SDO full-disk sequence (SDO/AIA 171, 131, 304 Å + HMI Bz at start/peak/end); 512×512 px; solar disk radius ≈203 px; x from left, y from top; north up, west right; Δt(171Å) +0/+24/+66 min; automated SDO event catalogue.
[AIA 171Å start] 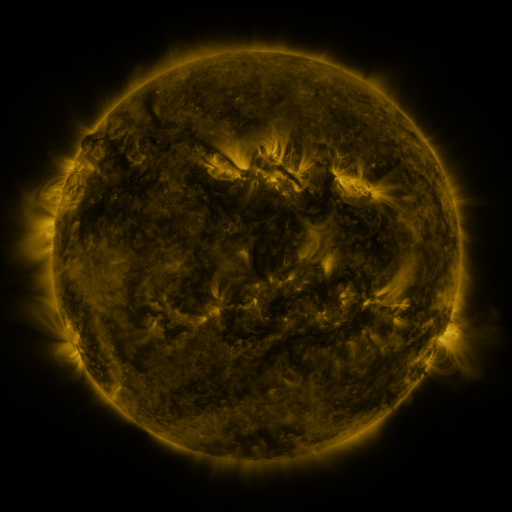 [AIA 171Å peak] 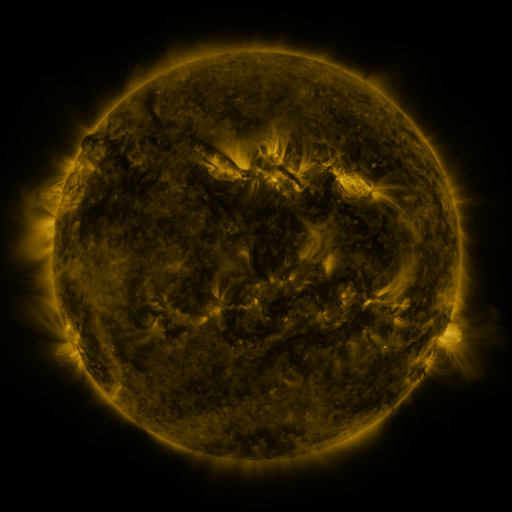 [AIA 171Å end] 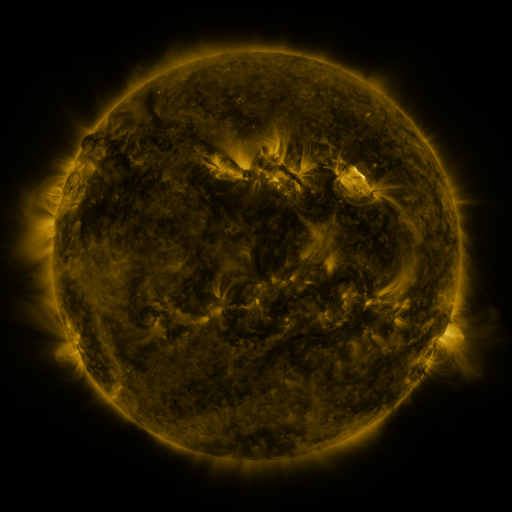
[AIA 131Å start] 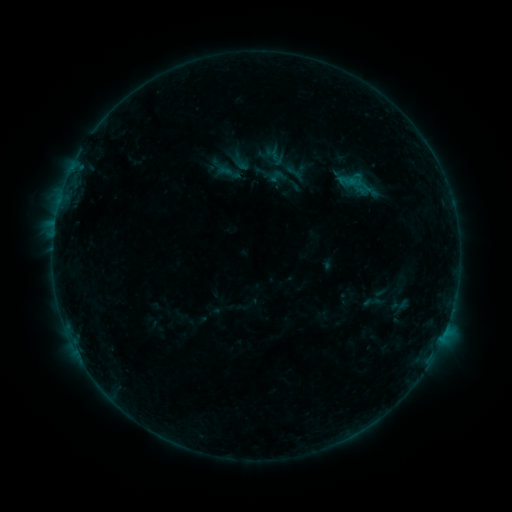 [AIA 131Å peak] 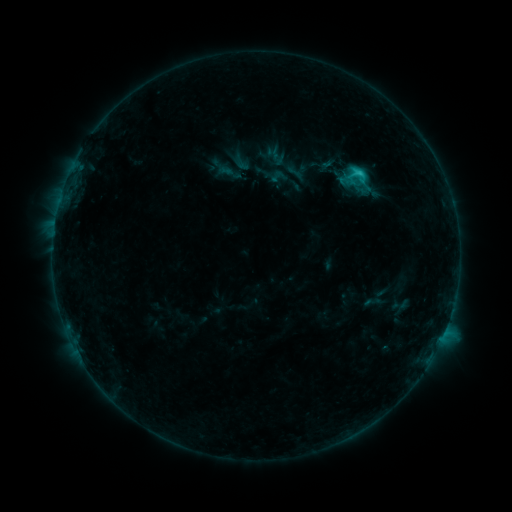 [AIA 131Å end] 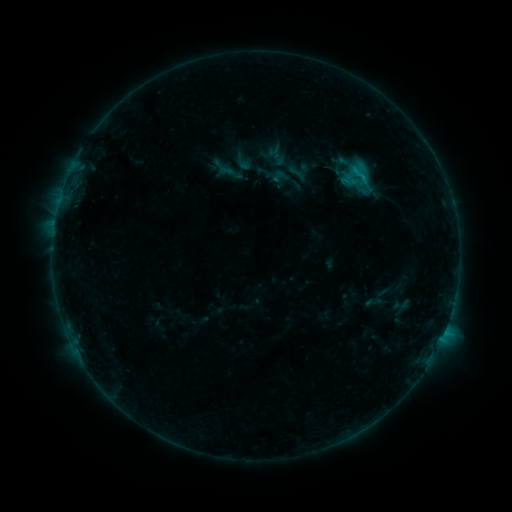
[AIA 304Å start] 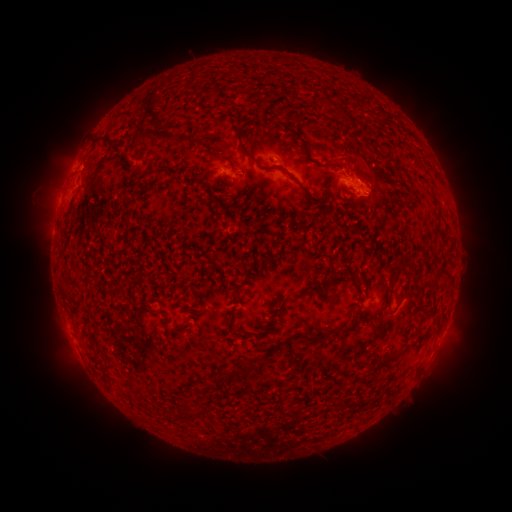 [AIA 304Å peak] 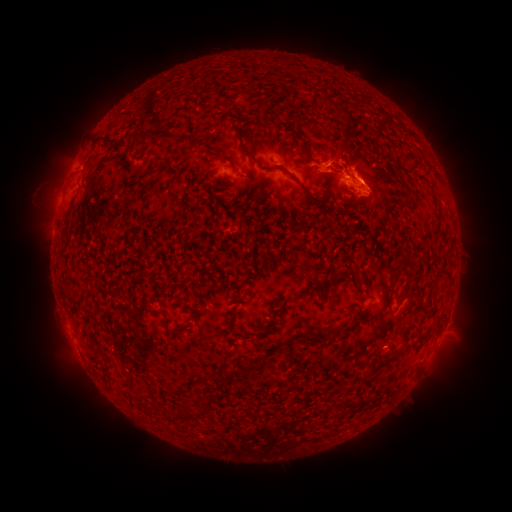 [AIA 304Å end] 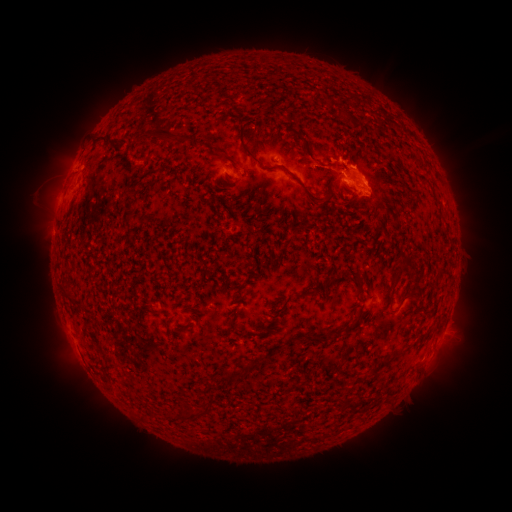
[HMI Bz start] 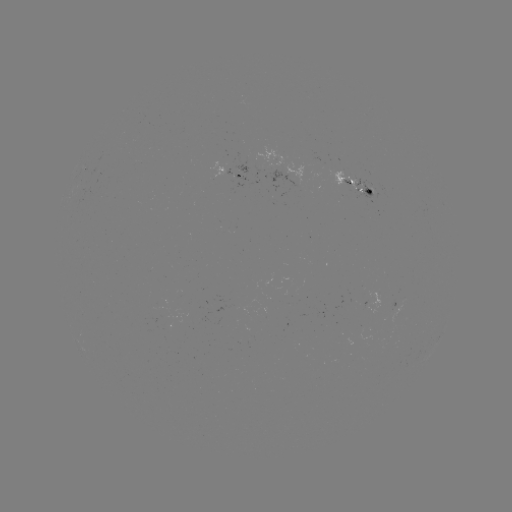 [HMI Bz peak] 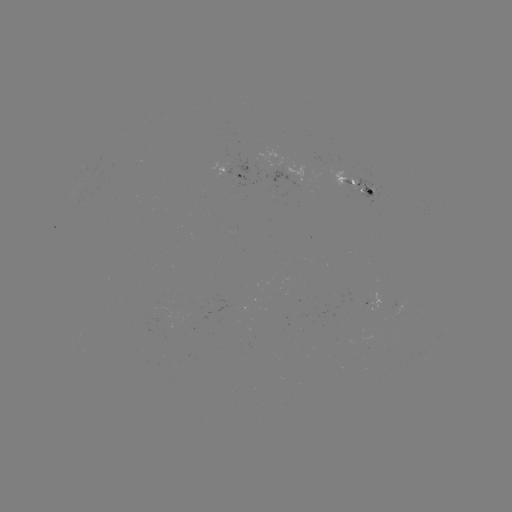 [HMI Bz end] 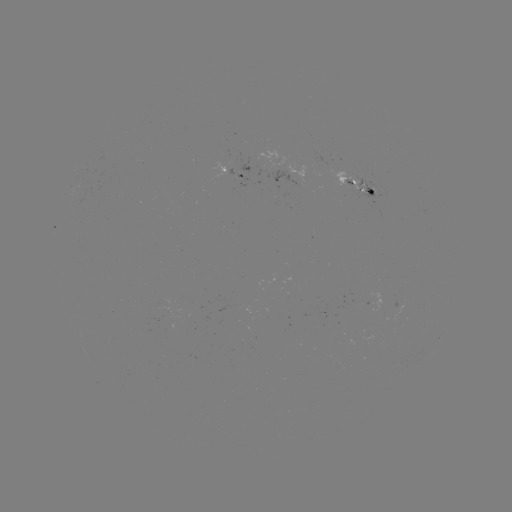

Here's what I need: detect C1.5 flare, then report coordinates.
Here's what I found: C1.5 flare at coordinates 358,175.